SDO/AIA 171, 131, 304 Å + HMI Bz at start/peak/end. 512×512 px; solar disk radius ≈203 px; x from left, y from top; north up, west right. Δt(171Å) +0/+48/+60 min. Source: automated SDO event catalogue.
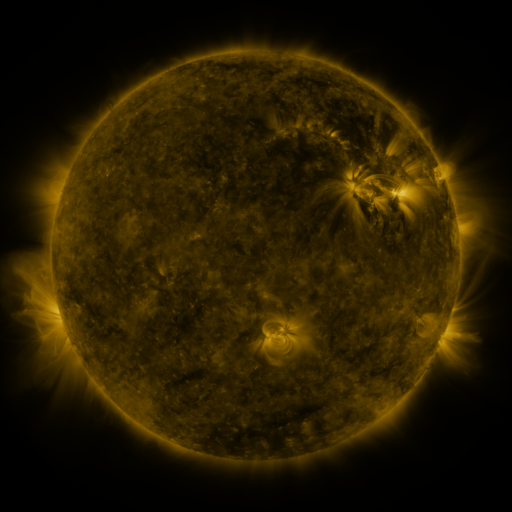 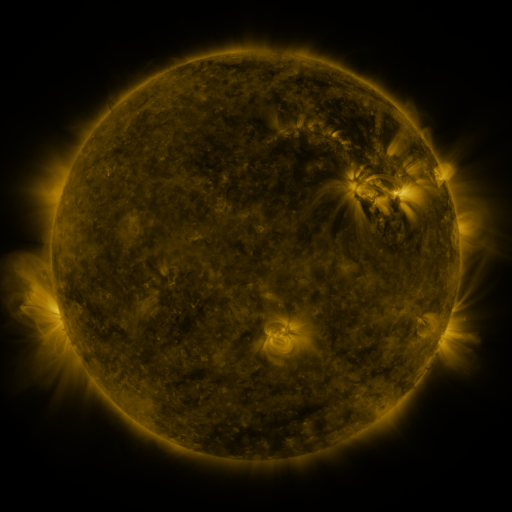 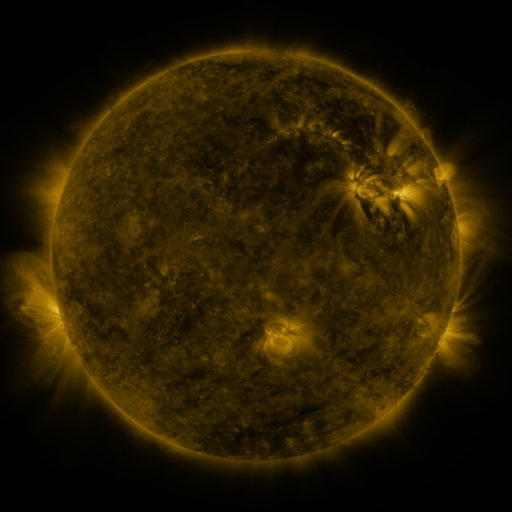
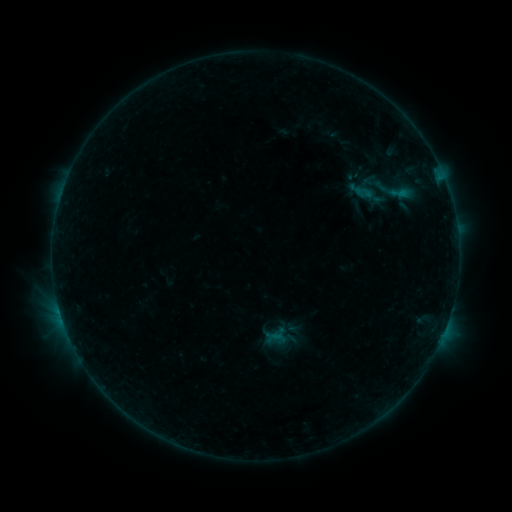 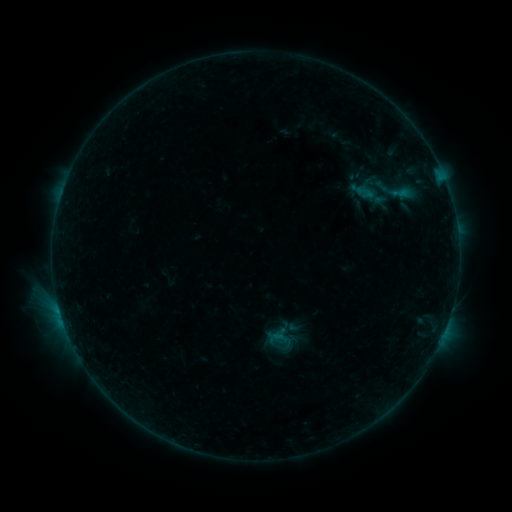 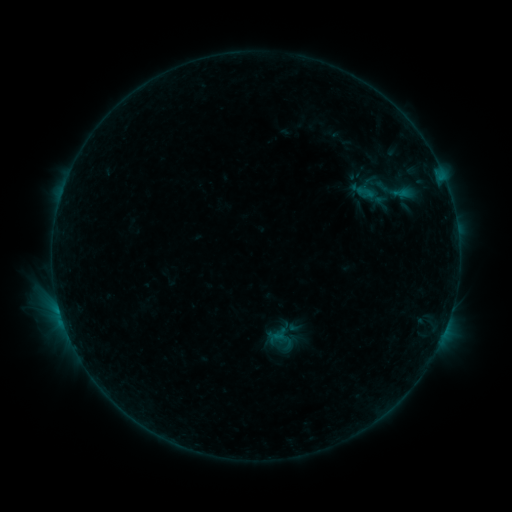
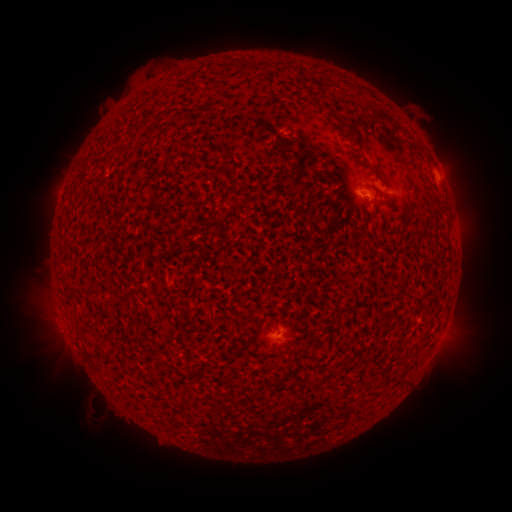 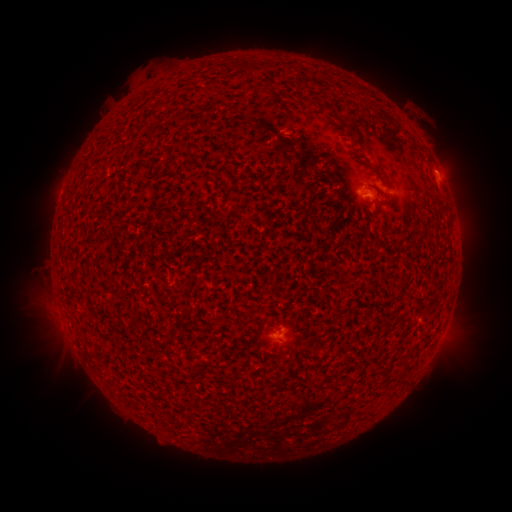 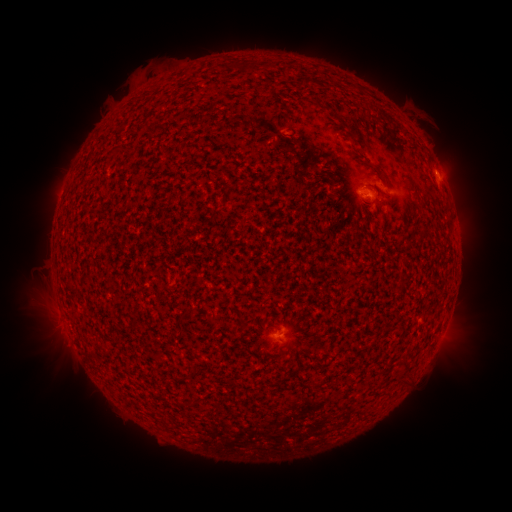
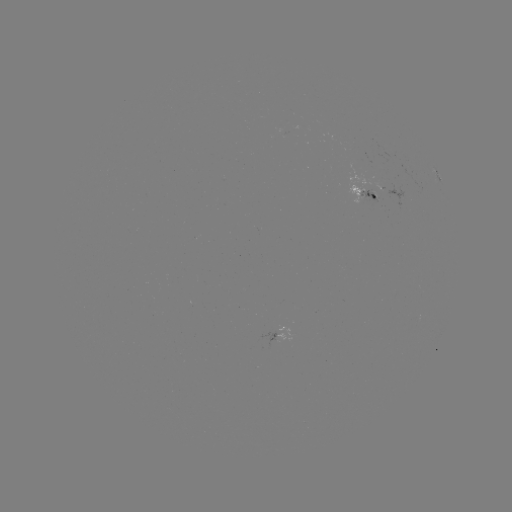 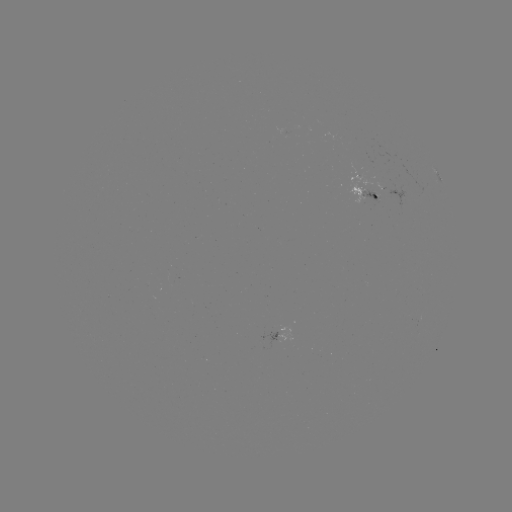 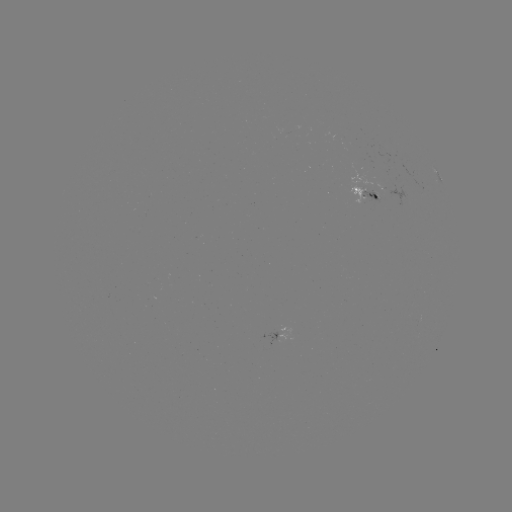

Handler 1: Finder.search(emerging-flux region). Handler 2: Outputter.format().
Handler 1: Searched emerging-flux region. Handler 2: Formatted [371, 189].